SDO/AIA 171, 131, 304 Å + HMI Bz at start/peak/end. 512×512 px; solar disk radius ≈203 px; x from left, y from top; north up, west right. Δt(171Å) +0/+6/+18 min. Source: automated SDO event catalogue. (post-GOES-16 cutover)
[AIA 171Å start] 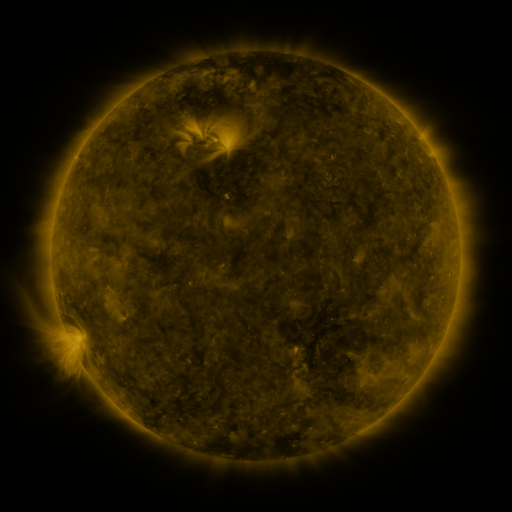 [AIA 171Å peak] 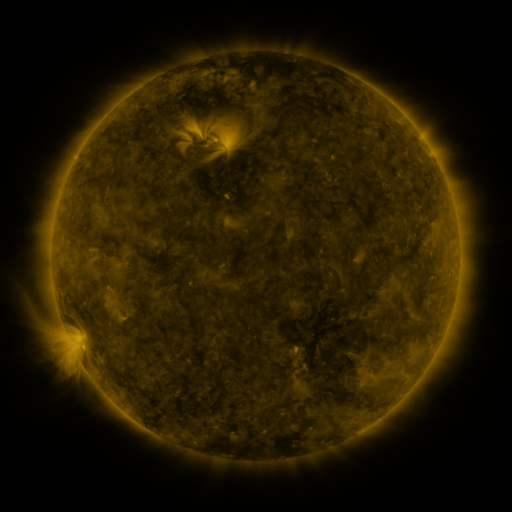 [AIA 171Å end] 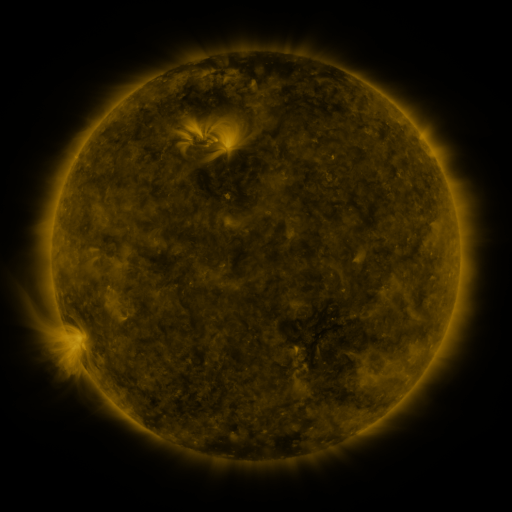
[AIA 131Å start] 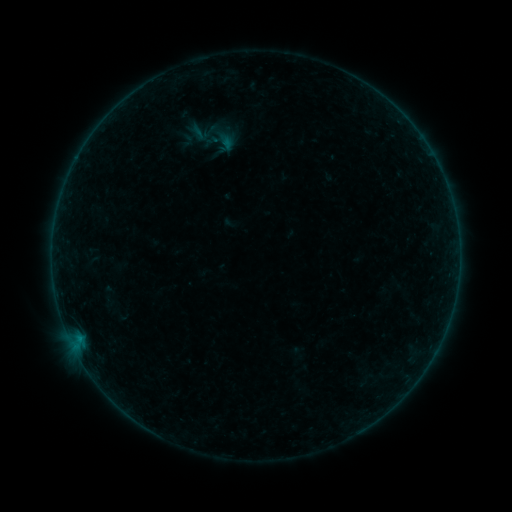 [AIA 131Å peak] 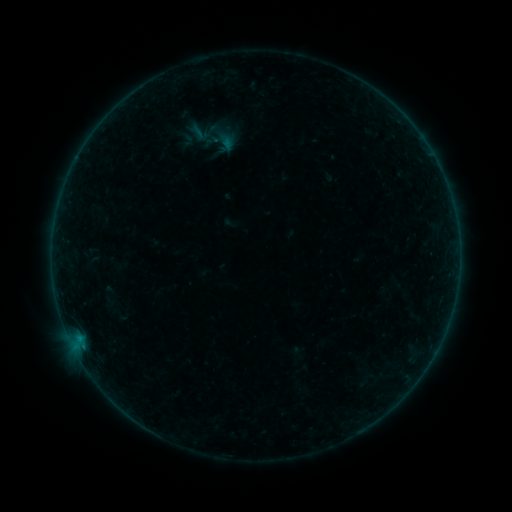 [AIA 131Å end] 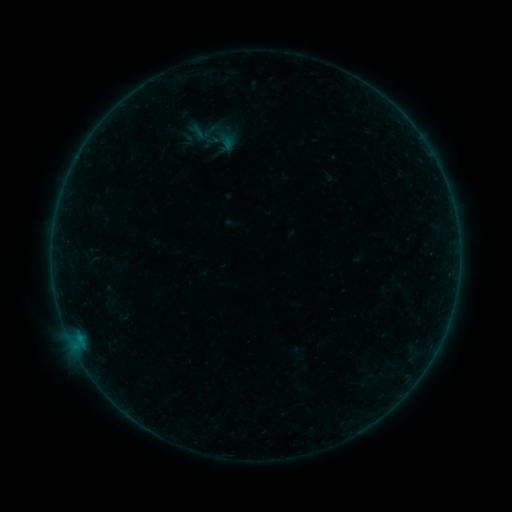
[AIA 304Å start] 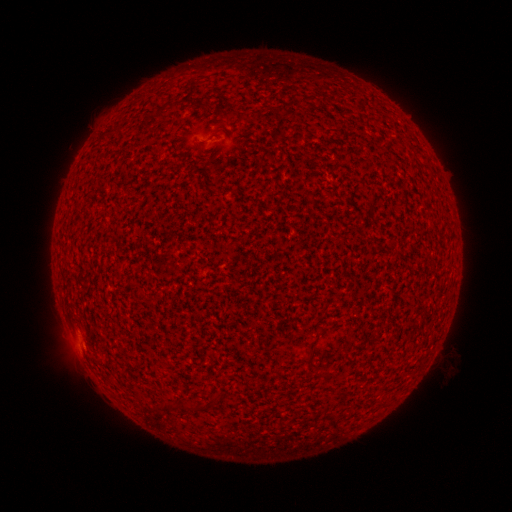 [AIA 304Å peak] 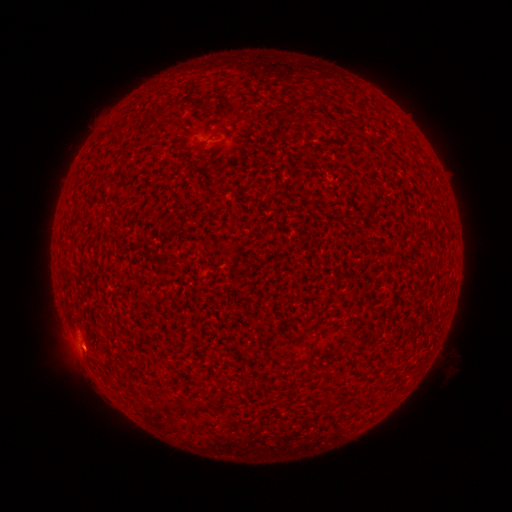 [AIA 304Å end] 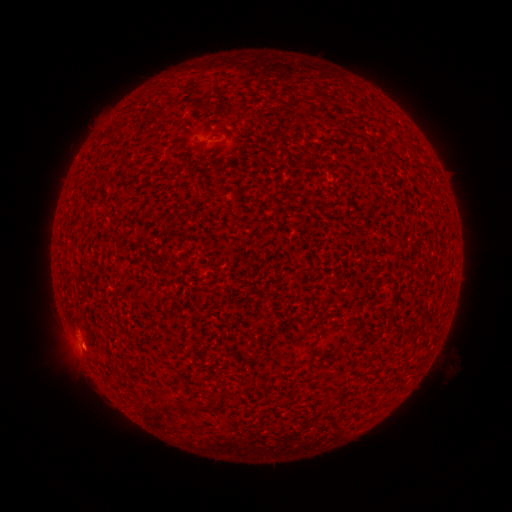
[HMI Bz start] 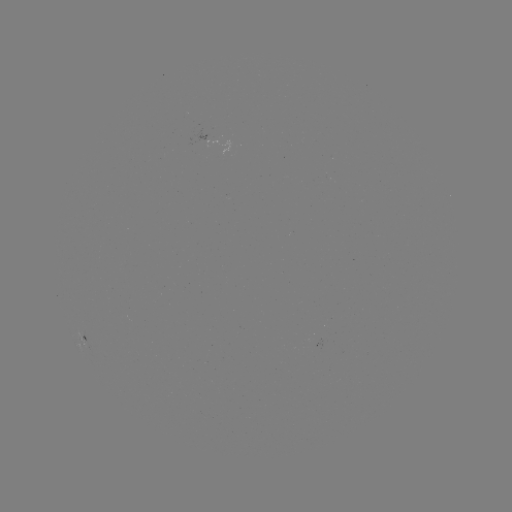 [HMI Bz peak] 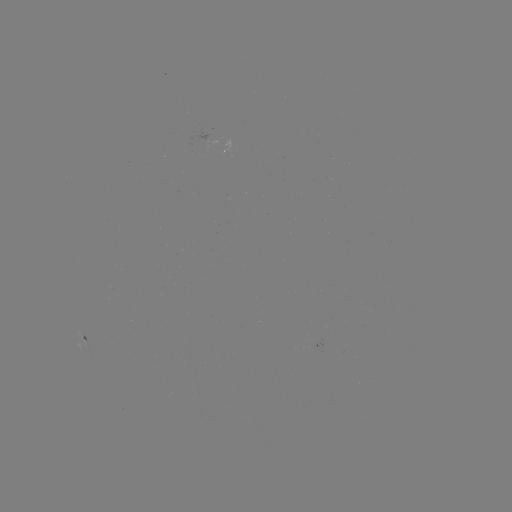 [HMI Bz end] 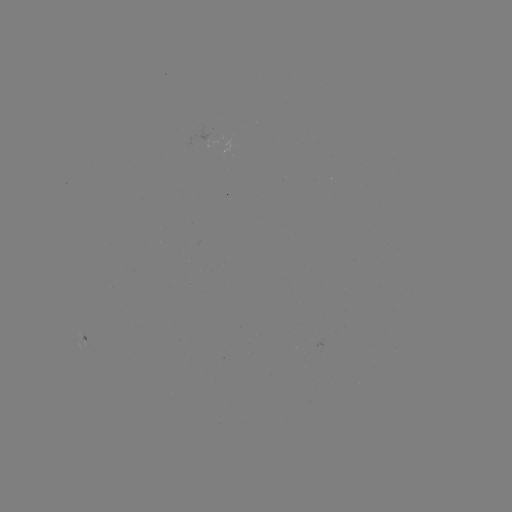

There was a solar flare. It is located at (83, 344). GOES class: A3.7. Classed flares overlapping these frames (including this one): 1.